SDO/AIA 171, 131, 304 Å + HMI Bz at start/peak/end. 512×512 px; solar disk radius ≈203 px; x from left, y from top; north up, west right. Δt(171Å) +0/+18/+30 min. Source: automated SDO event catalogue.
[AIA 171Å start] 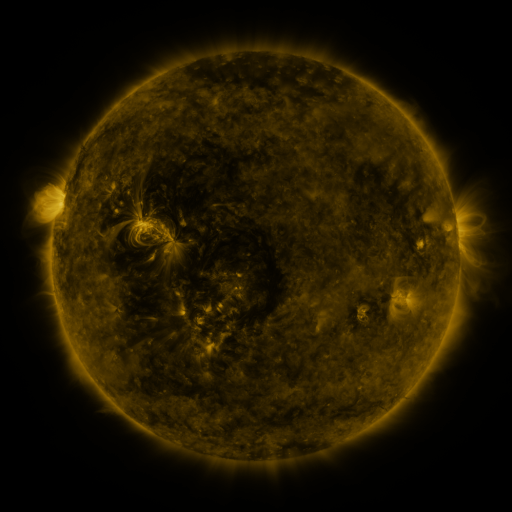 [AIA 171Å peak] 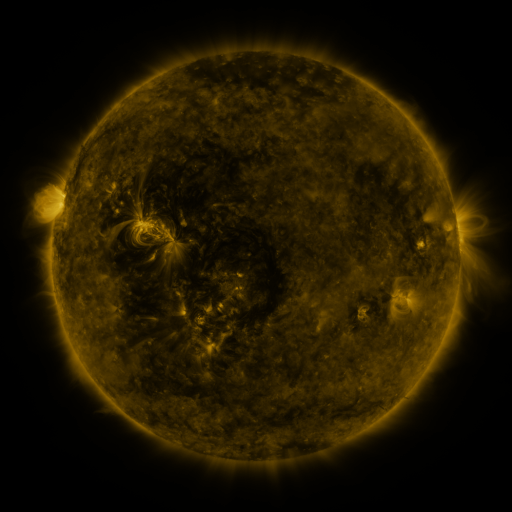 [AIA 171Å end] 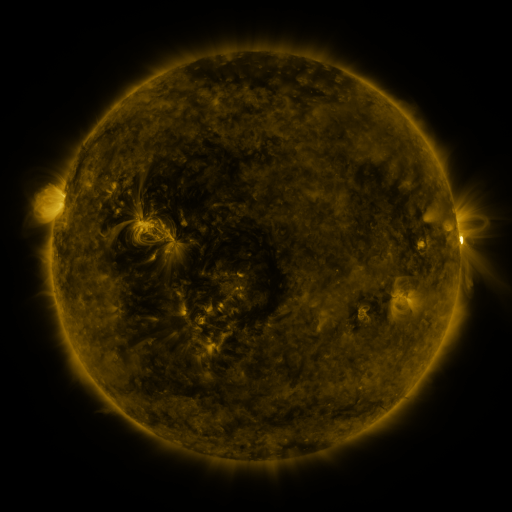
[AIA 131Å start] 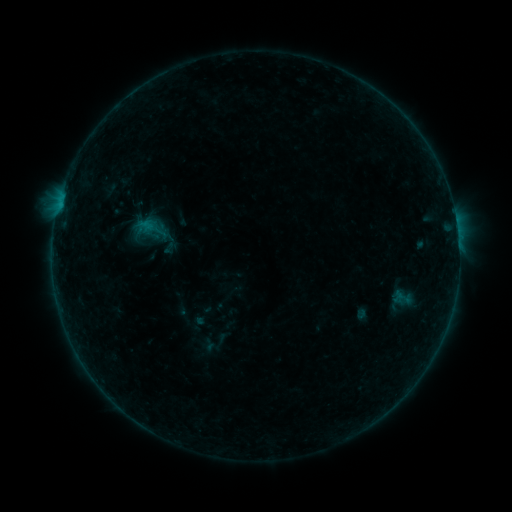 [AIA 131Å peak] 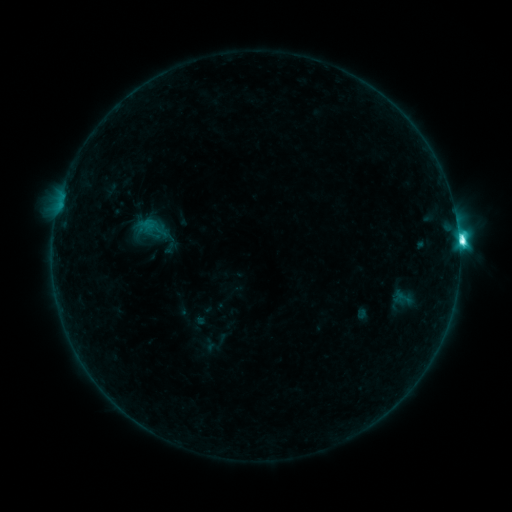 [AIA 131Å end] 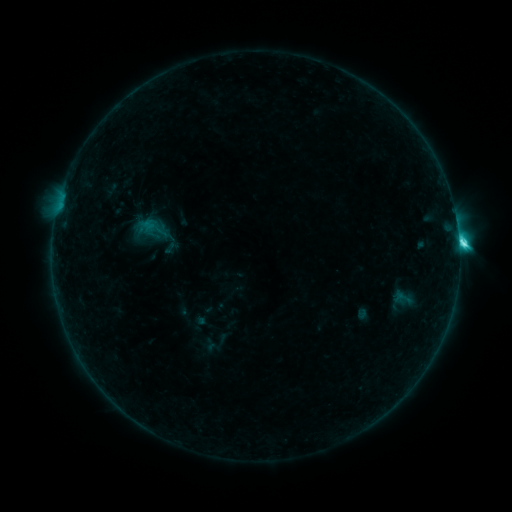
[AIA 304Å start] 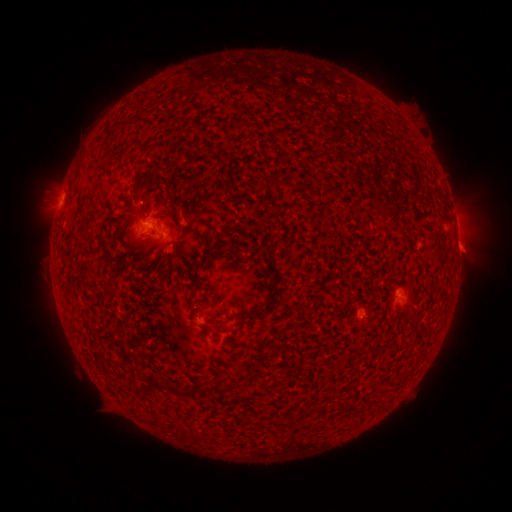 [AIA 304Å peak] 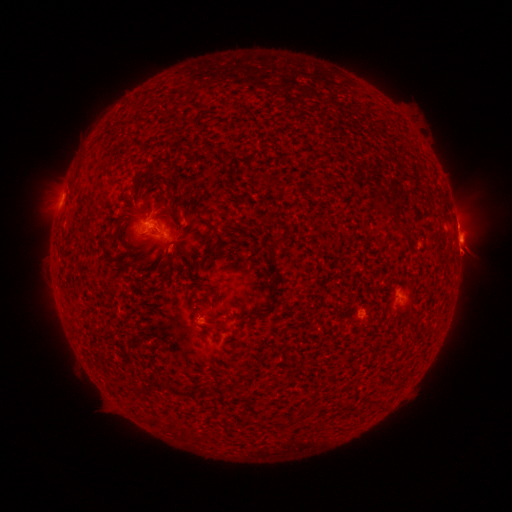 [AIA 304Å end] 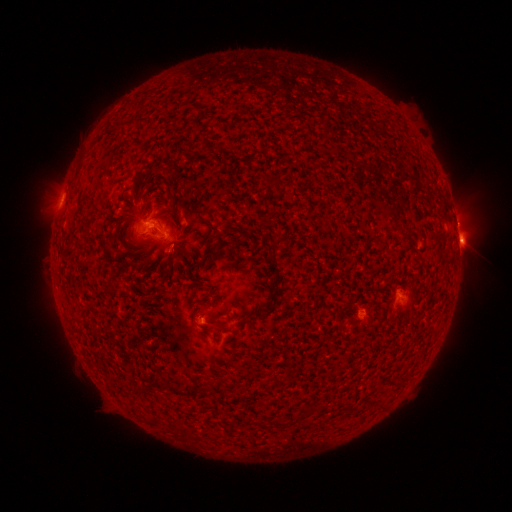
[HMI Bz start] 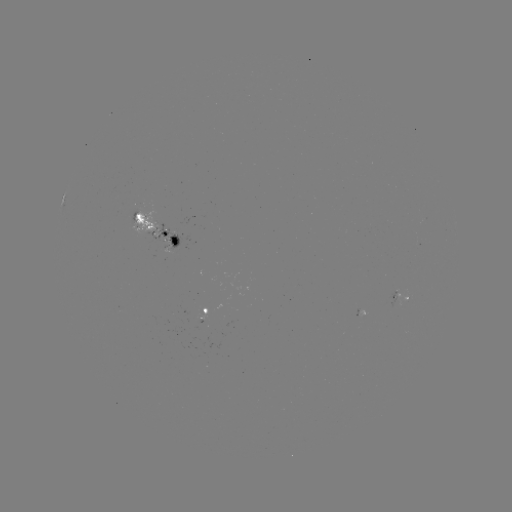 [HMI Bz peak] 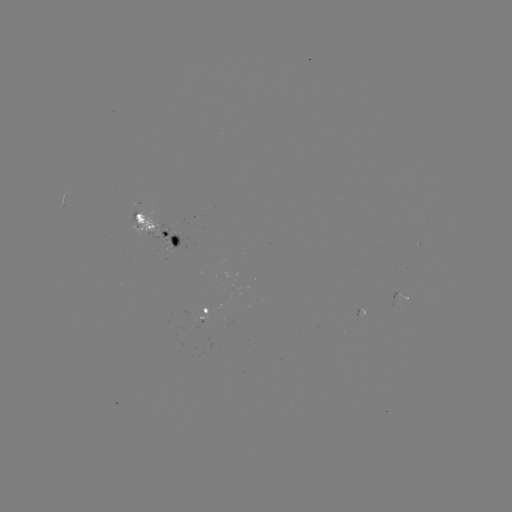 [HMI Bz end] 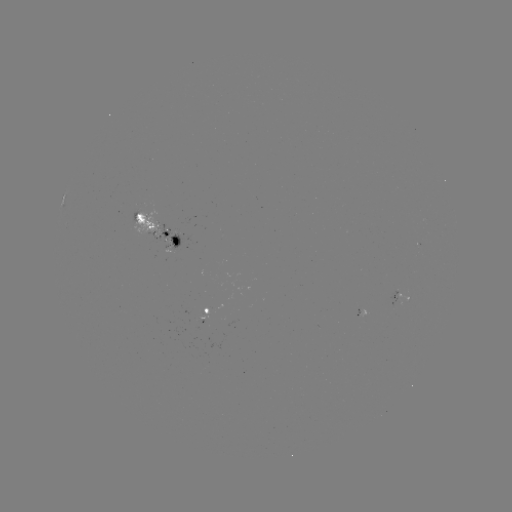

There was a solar flare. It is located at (458, 242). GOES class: C7.7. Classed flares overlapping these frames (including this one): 1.